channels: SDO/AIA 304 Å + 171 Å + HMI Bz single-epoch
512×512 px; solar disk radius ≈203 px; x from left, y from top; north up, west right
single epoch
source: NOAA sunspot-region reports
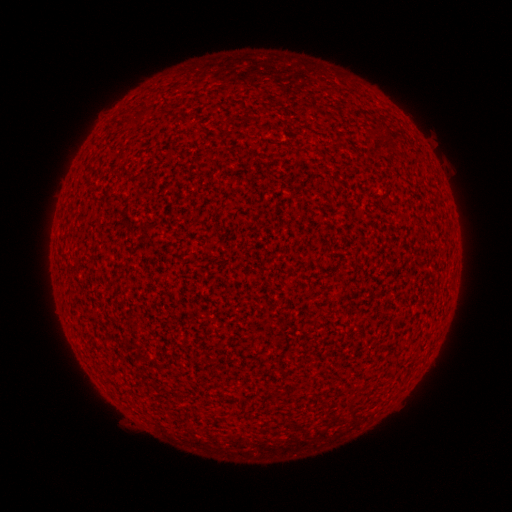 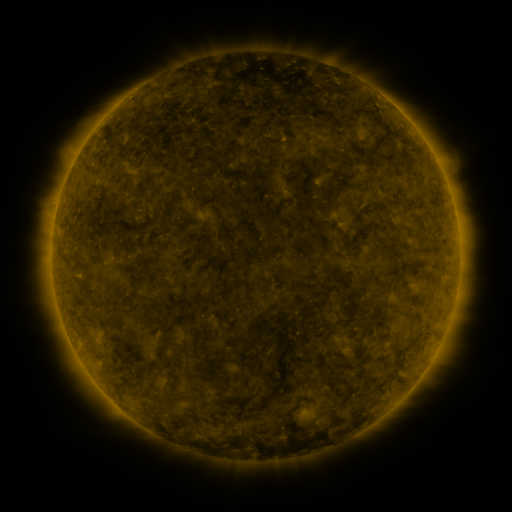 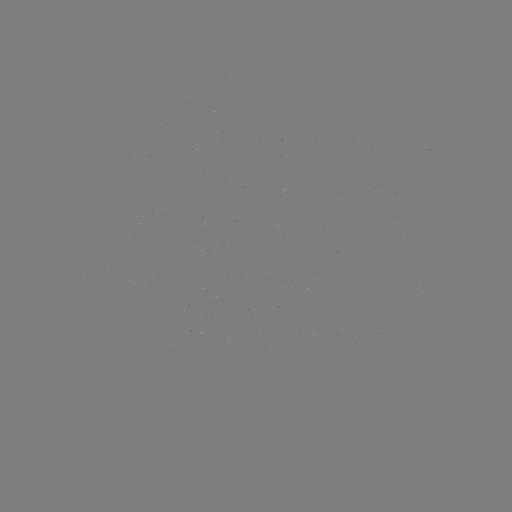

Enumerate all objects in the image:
(none)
